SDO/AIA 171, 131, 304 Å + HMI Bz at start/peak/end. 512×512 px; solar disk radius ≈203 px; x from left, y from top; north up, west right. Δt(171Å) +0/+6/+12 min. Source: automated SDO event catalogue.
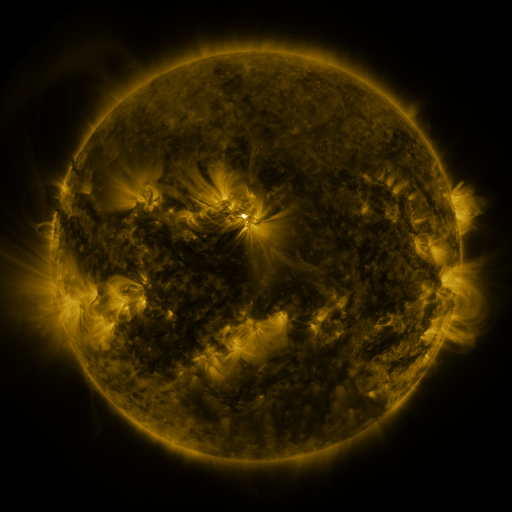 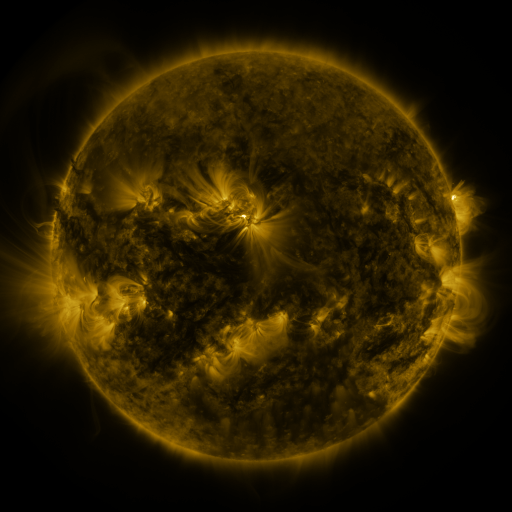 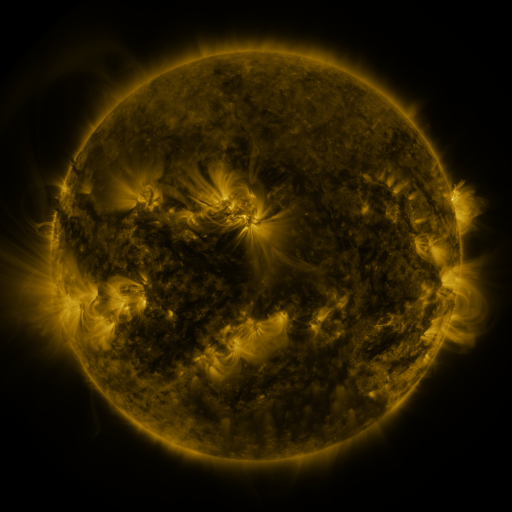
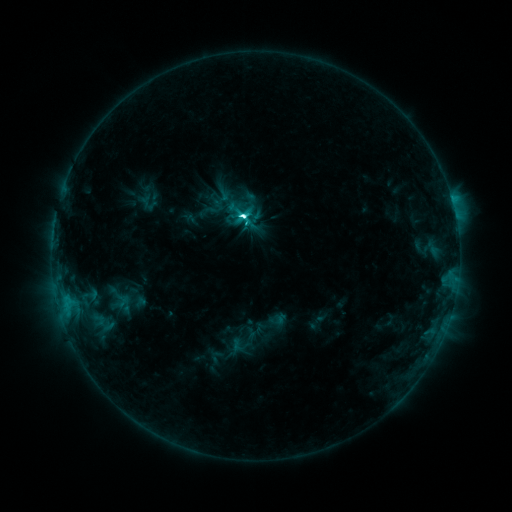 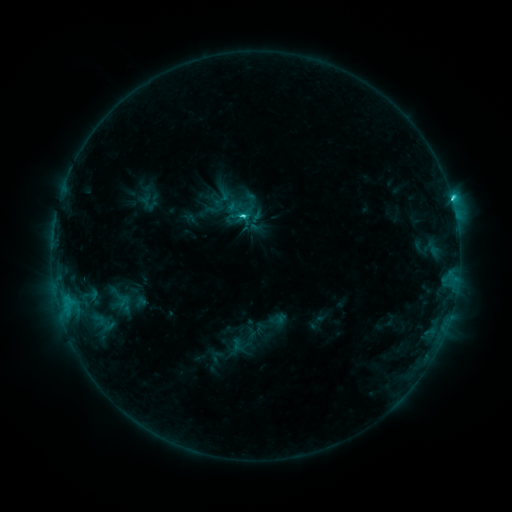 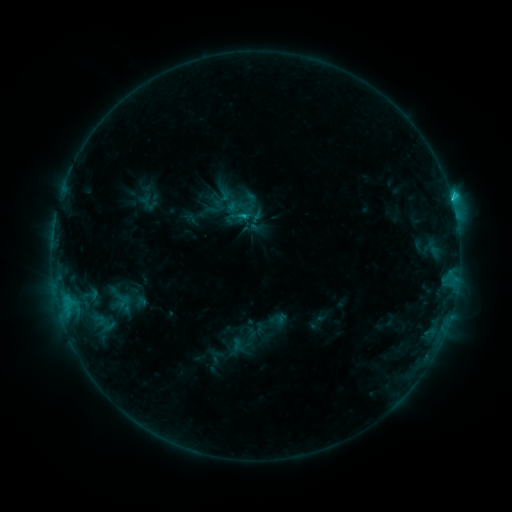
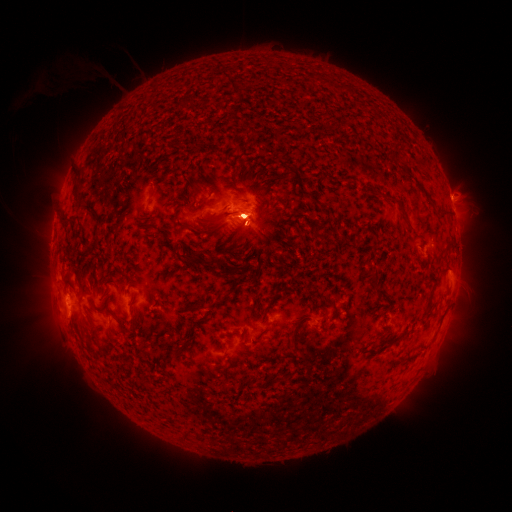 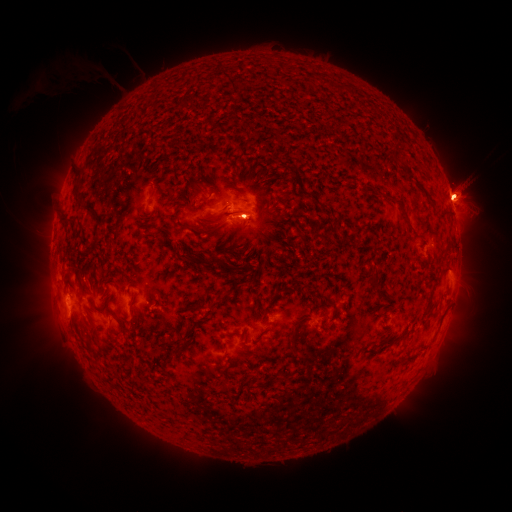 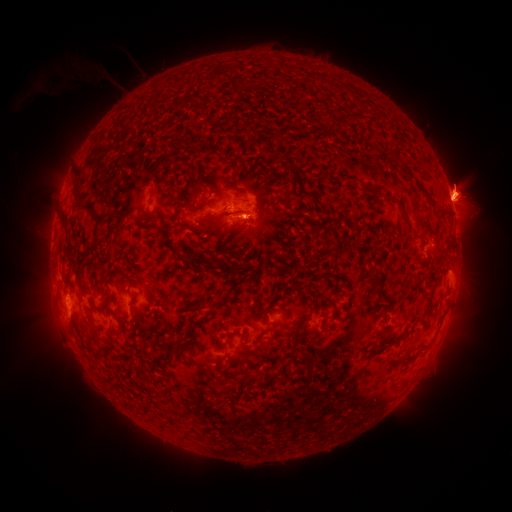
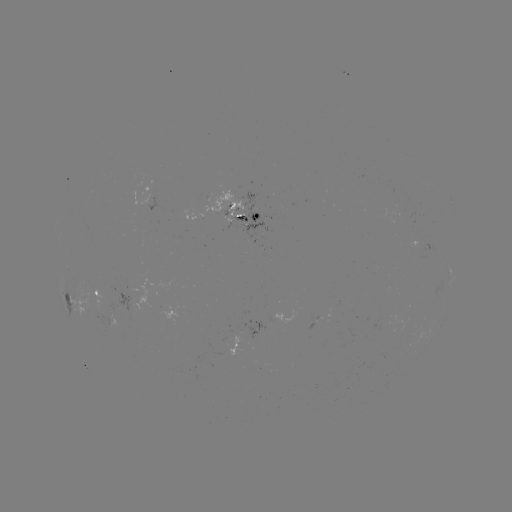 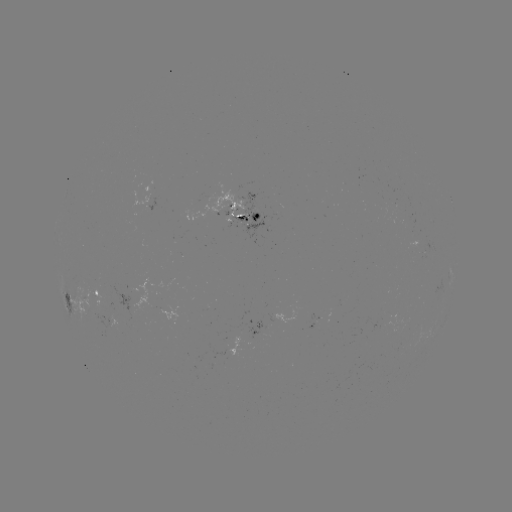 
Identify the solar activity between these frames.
eruption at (459, 195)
